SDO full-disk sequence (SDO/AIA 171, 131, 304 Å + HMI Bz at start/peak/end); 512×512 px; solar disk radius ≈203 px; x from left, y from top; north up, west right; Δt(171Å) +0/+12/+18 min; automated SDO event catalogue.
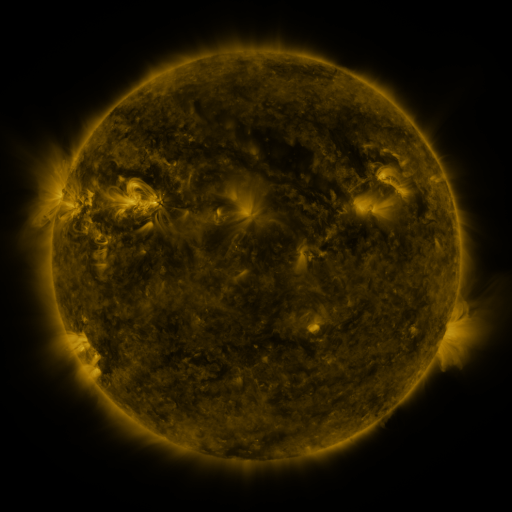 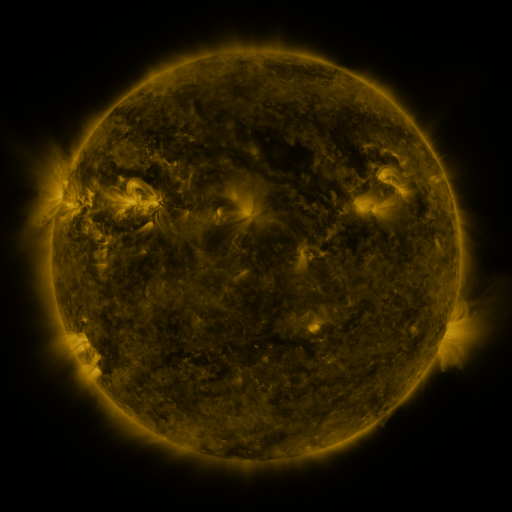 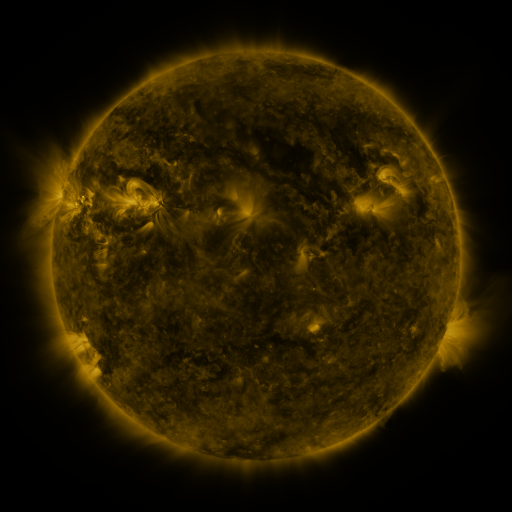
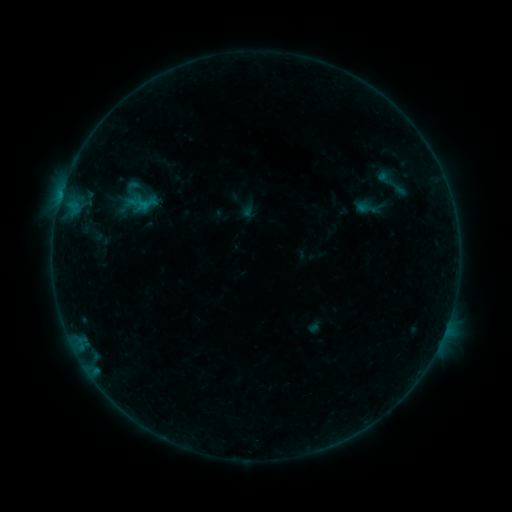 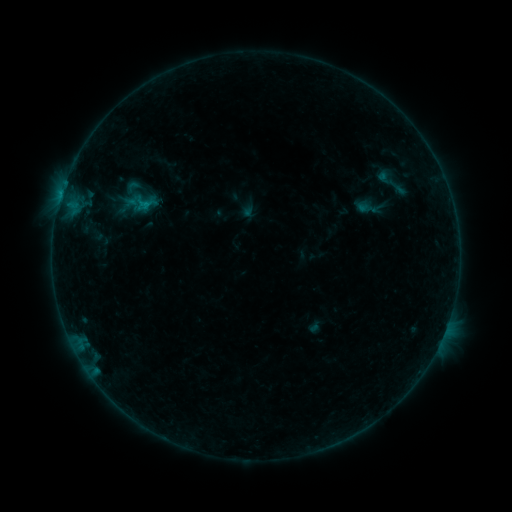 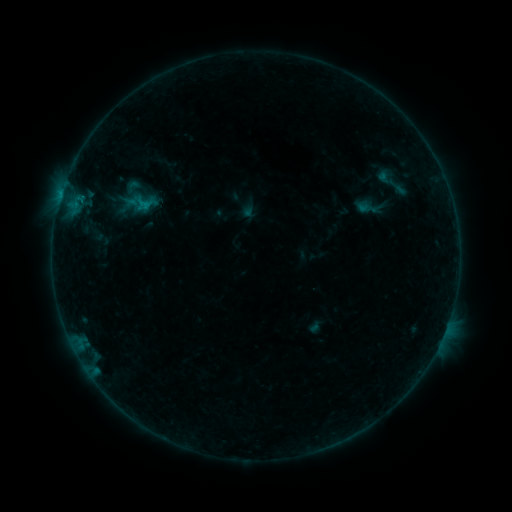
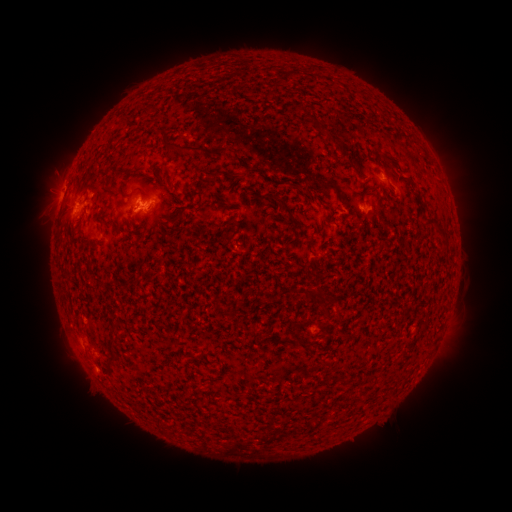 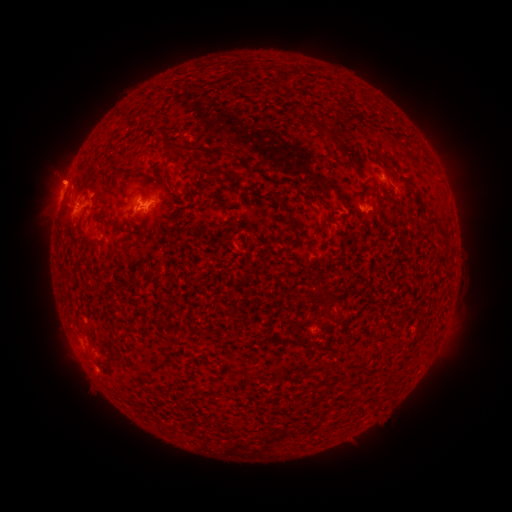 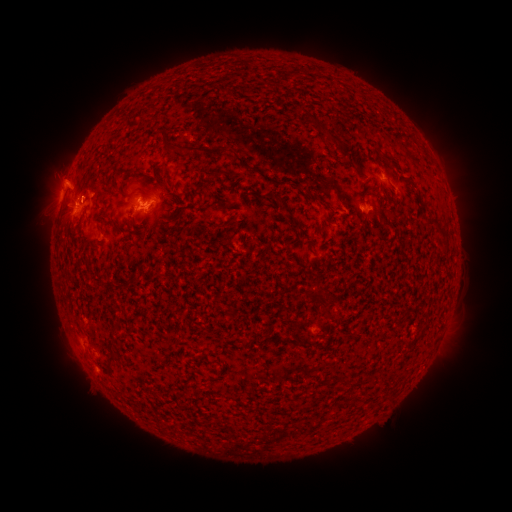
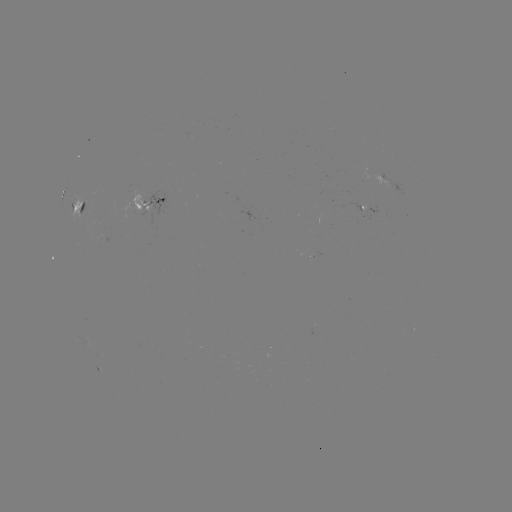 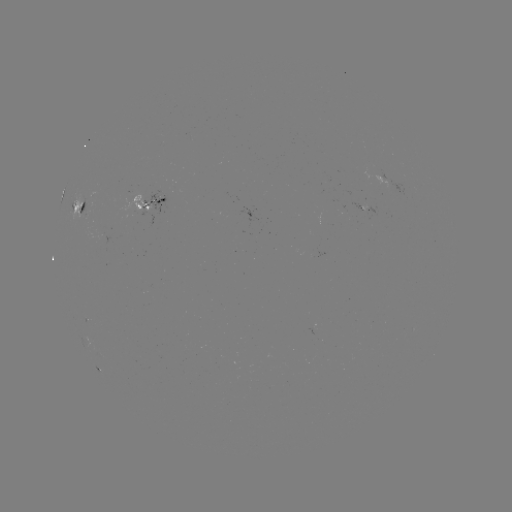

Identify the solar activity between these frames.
eruption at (62, 181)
